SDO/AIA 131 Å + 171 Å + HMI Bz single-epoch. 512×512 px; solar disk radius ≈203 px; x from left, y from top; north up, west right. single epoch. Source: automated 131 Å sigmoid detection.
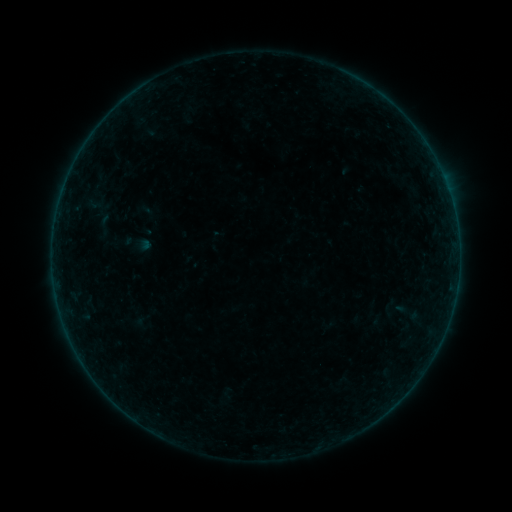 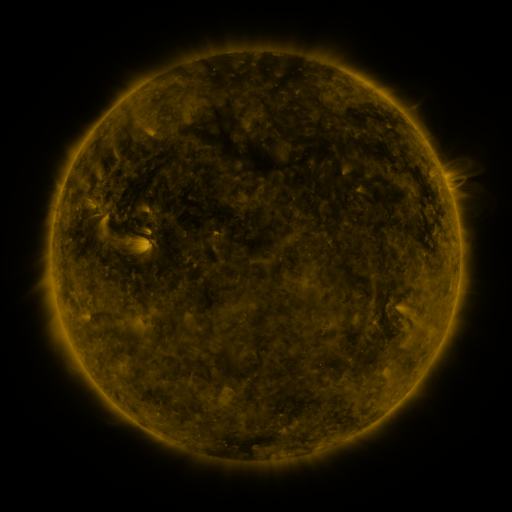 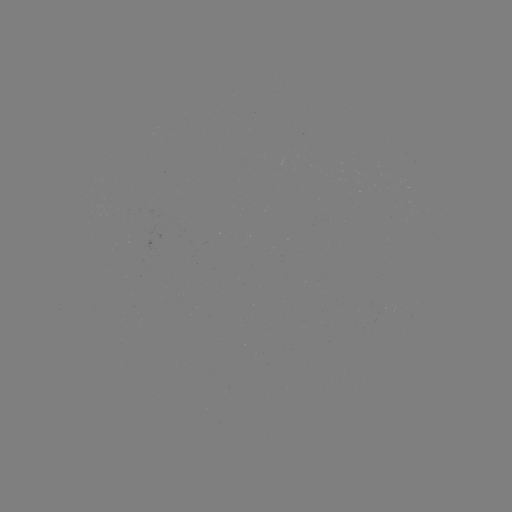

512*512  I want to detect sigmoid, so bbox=[91, 209, 117, 241].